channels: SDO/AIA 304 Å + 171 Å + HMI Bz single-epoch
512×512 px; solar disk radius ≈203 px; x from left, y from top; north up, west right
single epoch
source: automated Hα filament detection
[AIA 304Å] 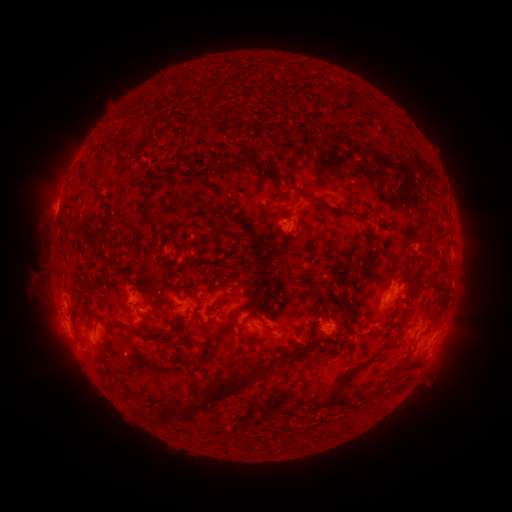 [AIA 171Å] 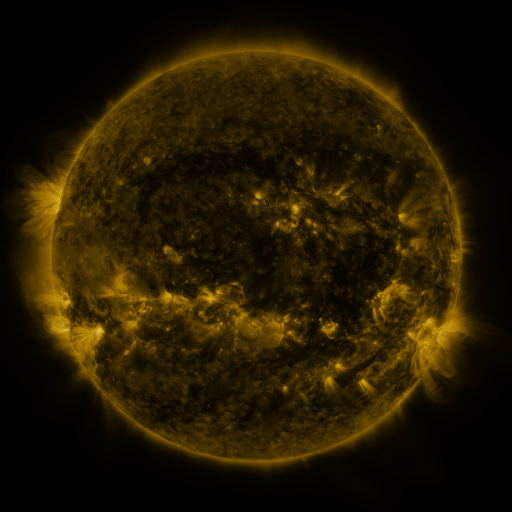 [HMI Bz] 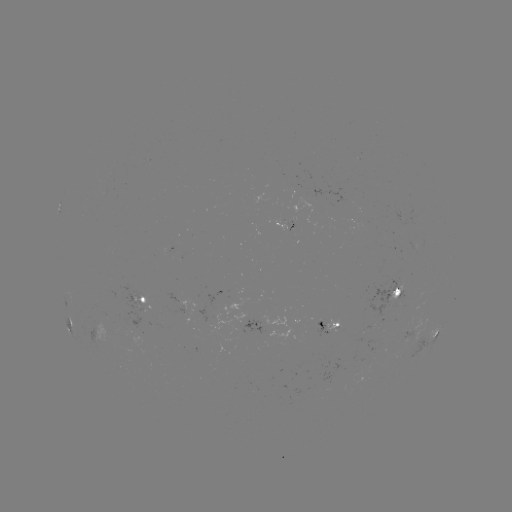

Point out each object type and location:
filament: <bbox>163, 82, 174, 91</bbox>
filament: <bbox>231, 158, 245, 169</bbox>
filament: <bbox>304, 191, 341, 212</bbox>
filament: <bbox>360, 249, 368, 260</bbox>
filament: <bbox>338, 258, 355, 312</bbox>
filament: <bbox>428, 273, 437, 281</bbox>
filament: <bbox>402, 286, 415, 297</bbox>
filament: <bbox>71, 287, 79, 305</bbox>
filament: <bbox>212, 296, 232, 307</bbox>
filament: <bbox>151, 300, 163, 311</bbox>
filament: <bbox>193, 310, 218, 326</bbox>
filament: <bbox>248, 310, 266, 324</bbox>
filament: <bbox>115, 316, 185, 344</bbox>
filament: <bbox>386, 317, 403, 331</bbox>
filament: <bbox>293, 323, 316, 352</bbox>
filament: <bbox>238, 333, 271, 345</bbox>
filament: <bbox>322, 358, 371, 406</bbox>
filament: <bbox>394, 361, 403, 379</bbox>
